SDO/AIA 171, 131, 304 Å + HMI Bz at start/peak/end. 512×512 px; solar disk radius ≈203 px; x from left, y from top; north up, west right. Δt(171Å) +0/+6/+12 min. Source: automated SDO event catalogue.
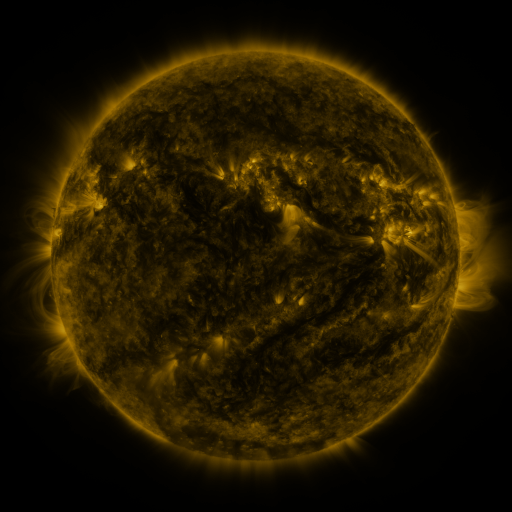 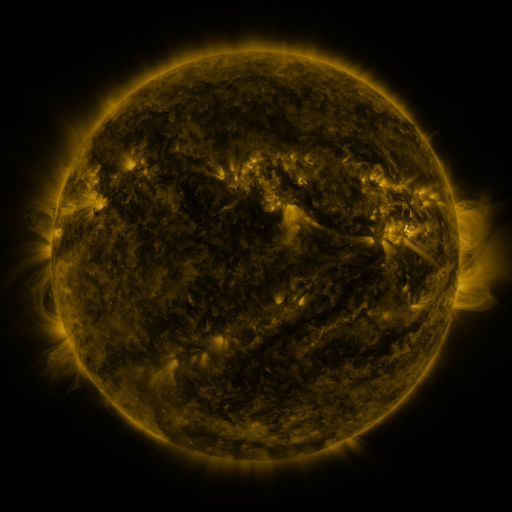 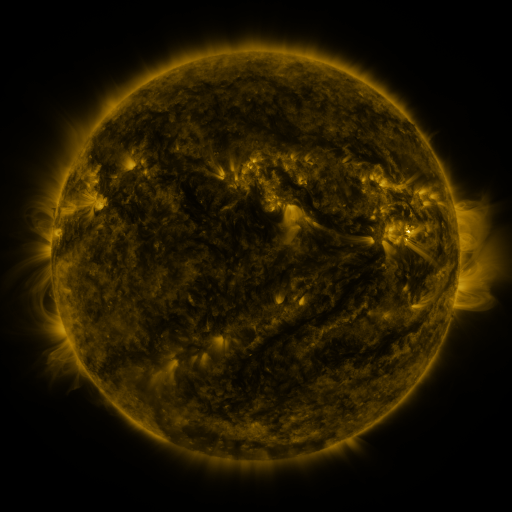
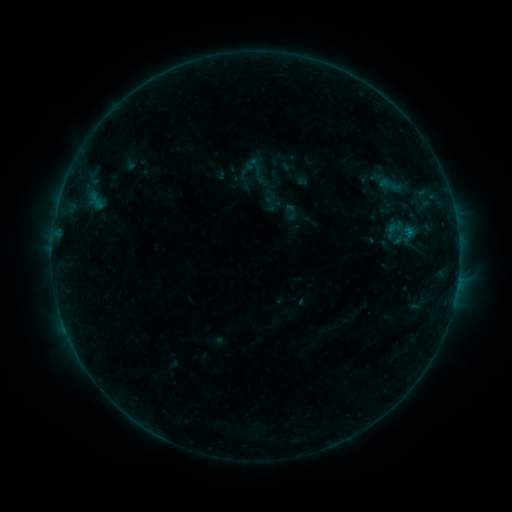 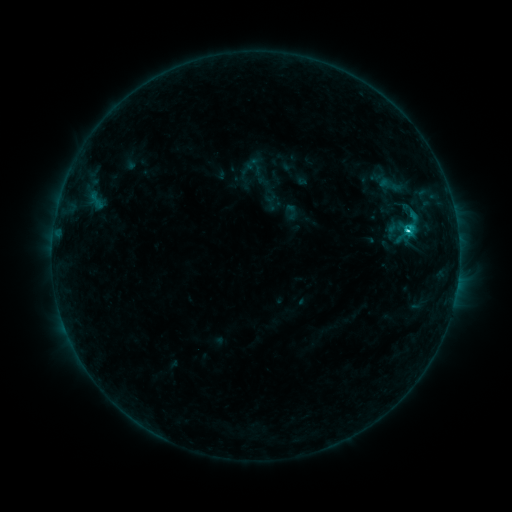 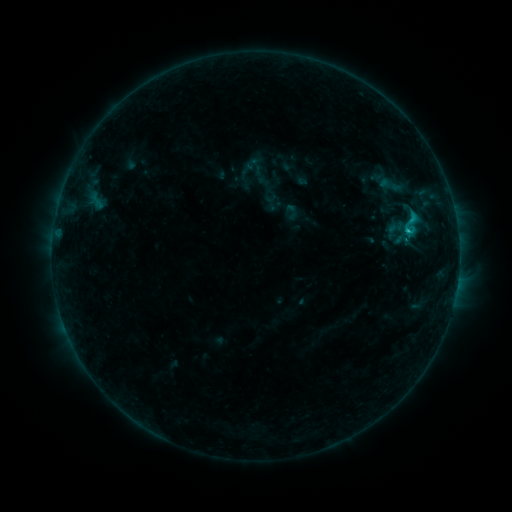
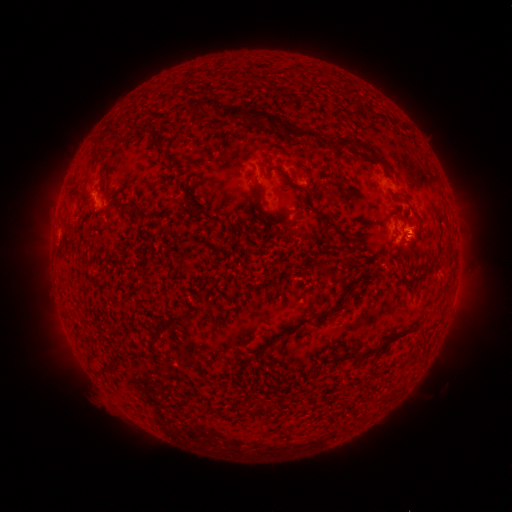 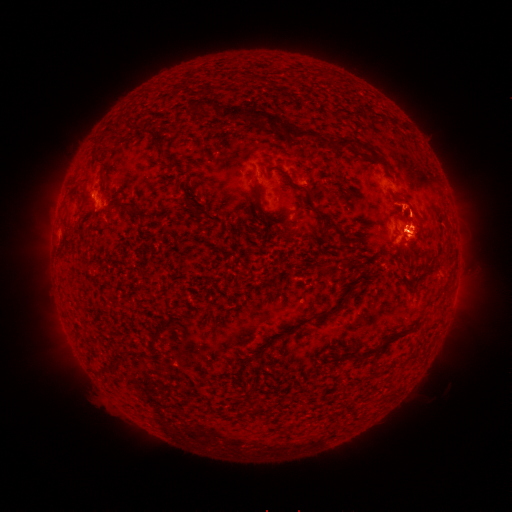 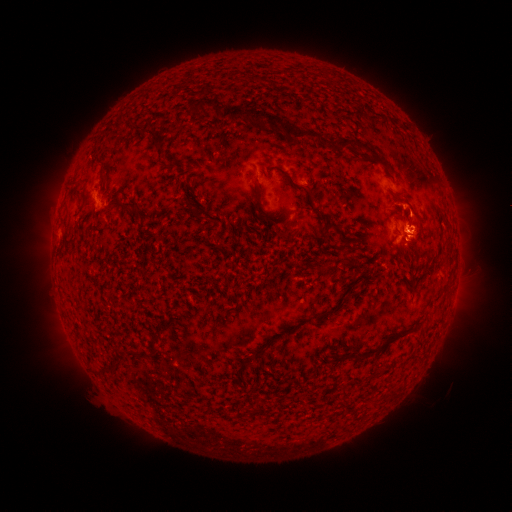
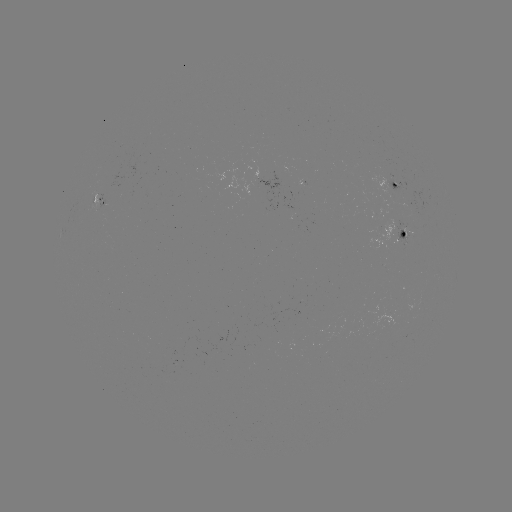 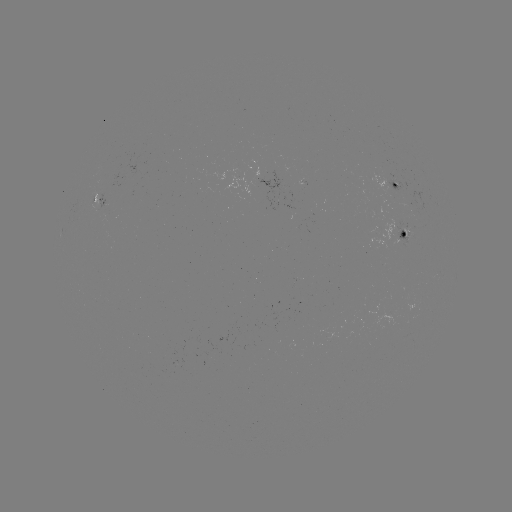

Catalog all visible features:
C1.7 flare: (407, 234)
